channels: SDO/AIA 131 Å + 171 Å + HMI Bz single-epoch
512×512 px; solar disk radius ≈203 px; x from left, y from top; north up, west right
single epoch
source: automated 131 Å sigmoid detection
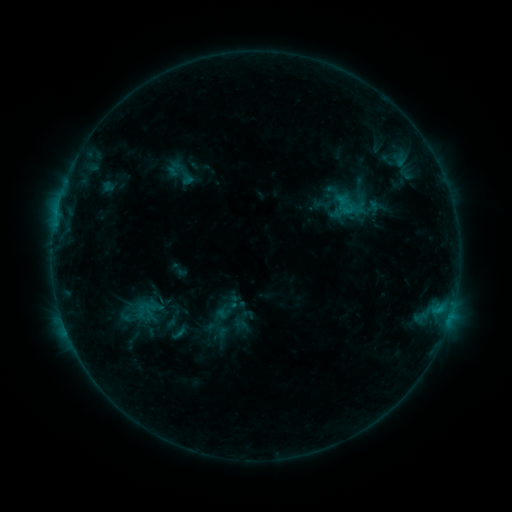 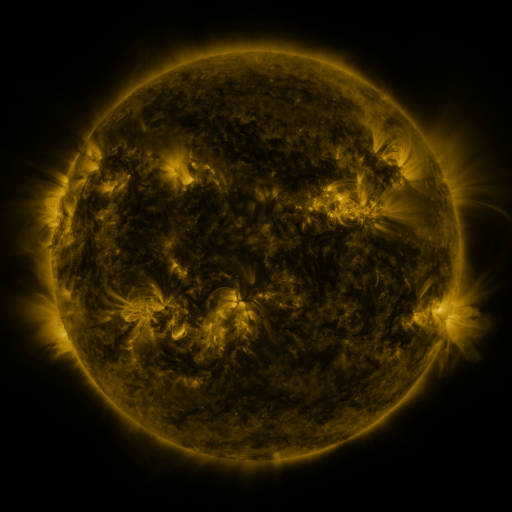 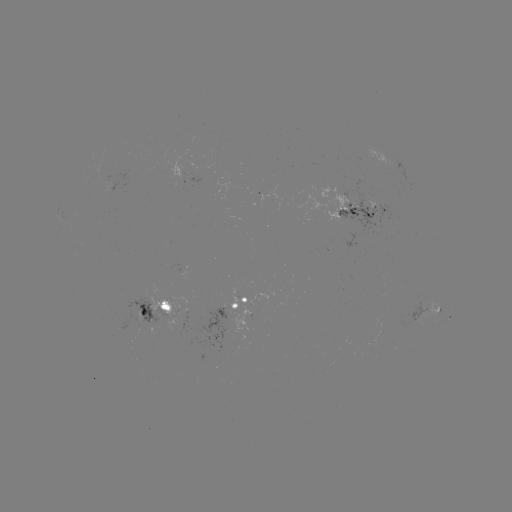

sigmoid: (225, 294, 242, 310)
